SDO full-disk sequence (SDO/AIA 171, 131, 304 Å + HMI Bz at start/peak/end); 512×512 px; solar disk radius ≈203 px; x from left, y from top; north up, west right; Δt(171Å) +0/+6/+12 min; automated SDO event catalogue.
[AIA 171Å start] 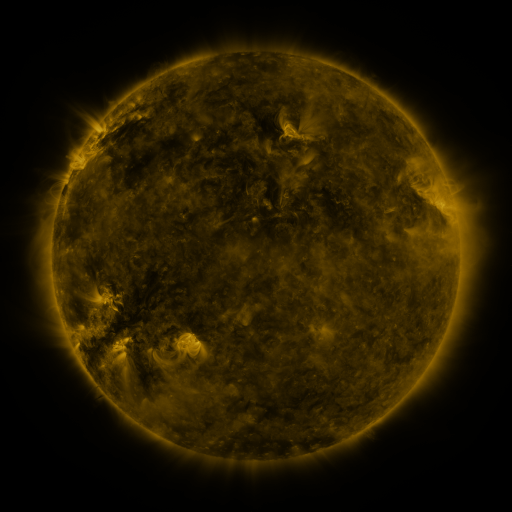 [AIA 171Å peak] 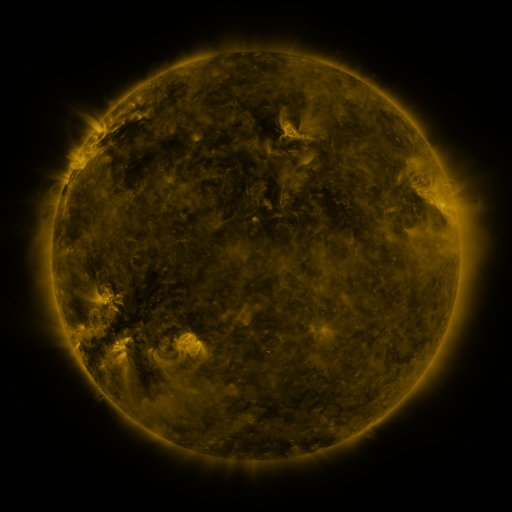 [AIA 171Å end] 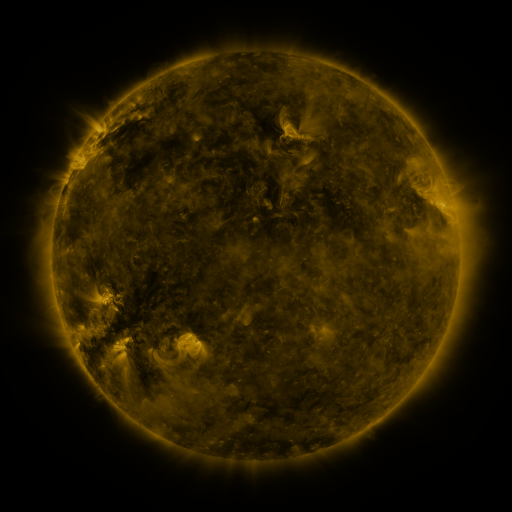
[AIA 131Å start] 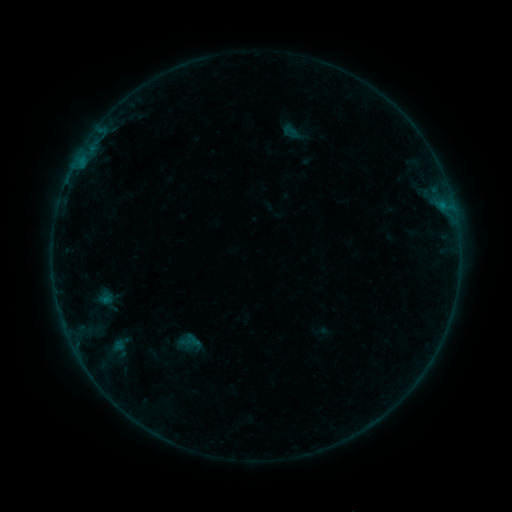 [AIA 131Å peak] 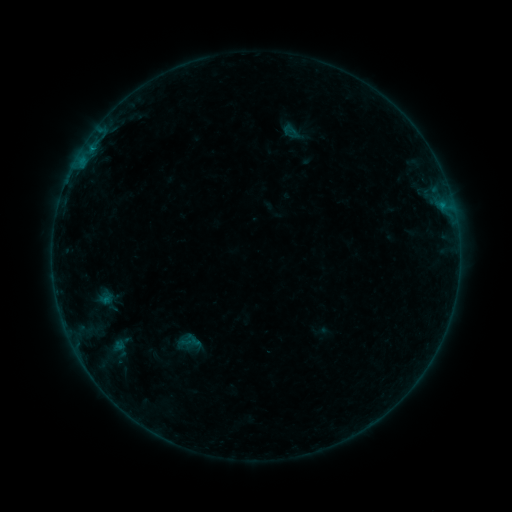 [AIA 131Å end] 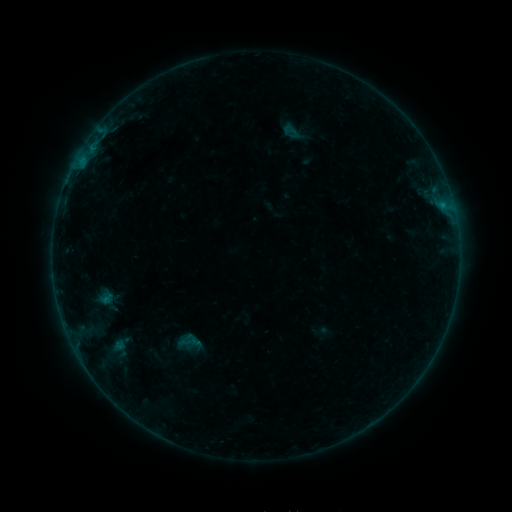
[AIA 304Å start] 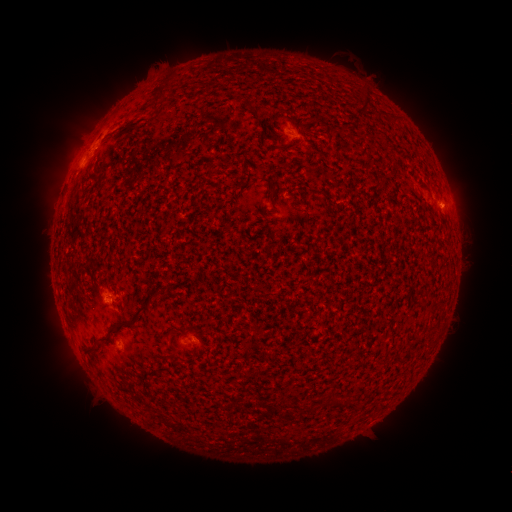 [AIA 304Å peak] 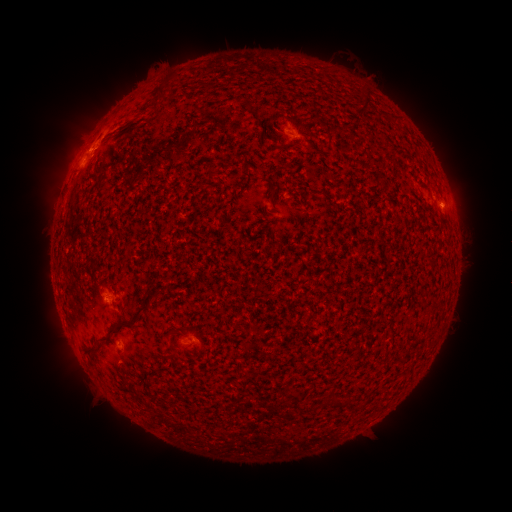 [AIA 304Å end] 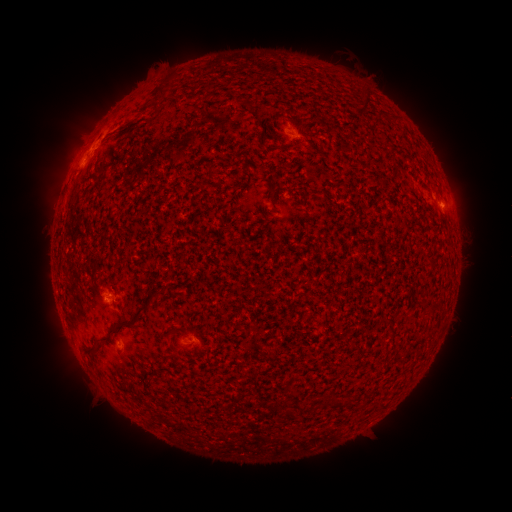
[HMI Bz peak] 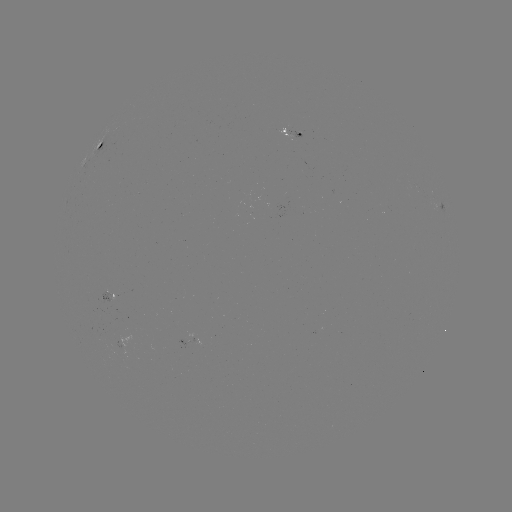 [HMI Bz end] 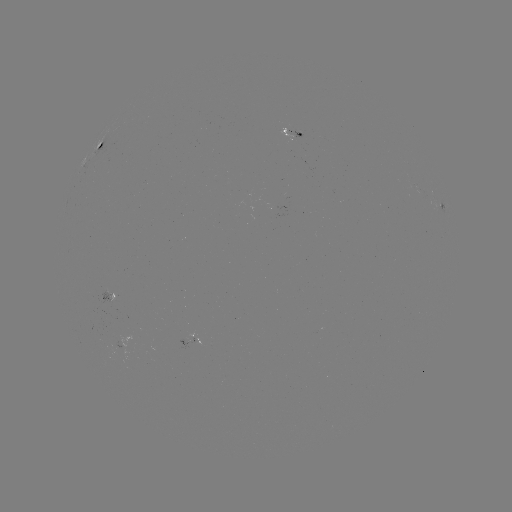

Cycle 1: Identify B2.2 flare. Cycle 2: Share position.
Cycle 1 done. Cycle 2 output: [91, 151].